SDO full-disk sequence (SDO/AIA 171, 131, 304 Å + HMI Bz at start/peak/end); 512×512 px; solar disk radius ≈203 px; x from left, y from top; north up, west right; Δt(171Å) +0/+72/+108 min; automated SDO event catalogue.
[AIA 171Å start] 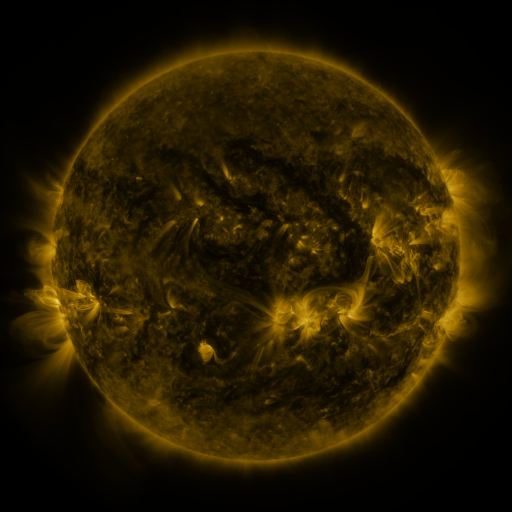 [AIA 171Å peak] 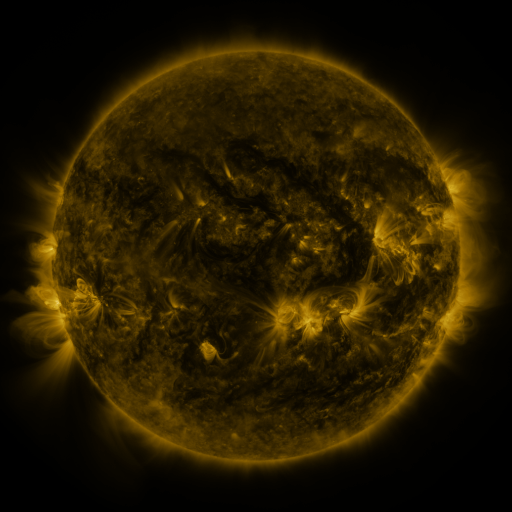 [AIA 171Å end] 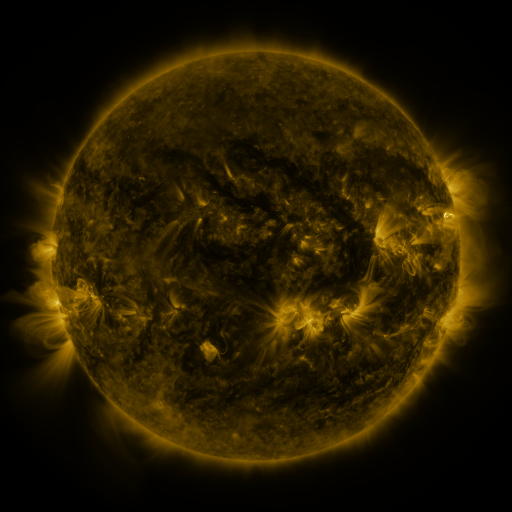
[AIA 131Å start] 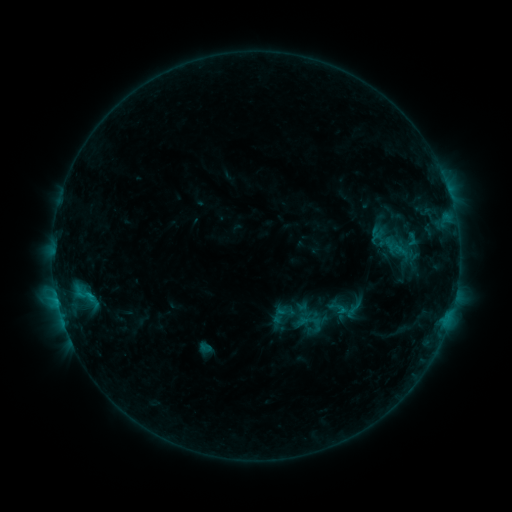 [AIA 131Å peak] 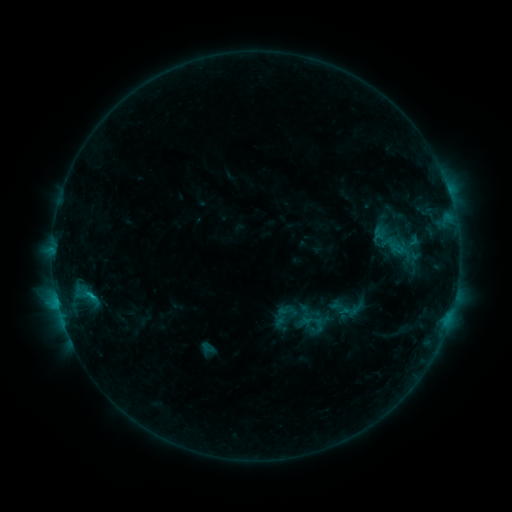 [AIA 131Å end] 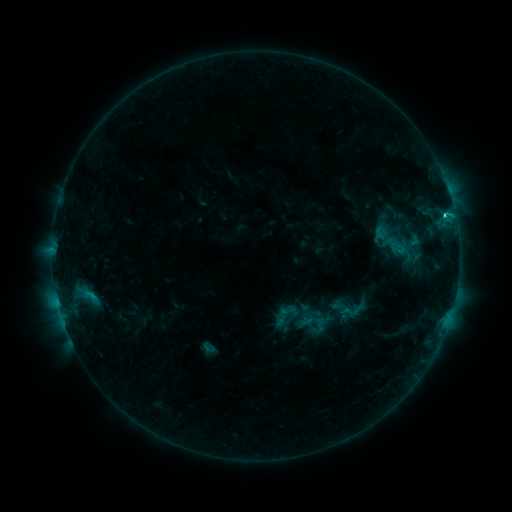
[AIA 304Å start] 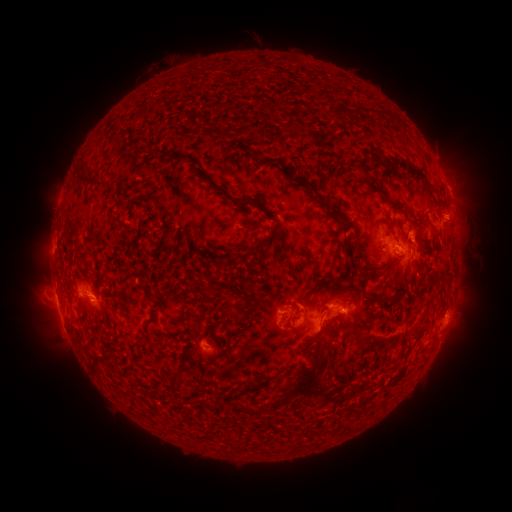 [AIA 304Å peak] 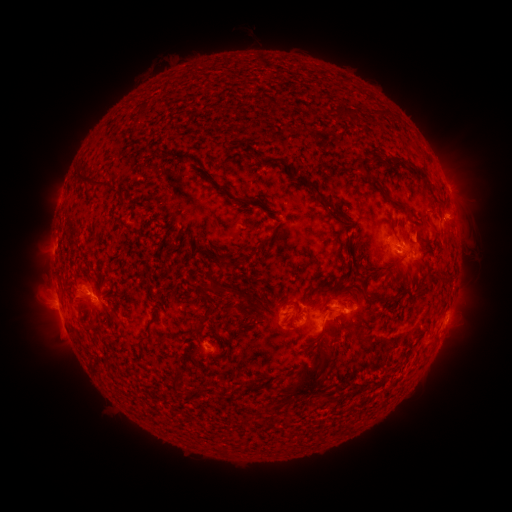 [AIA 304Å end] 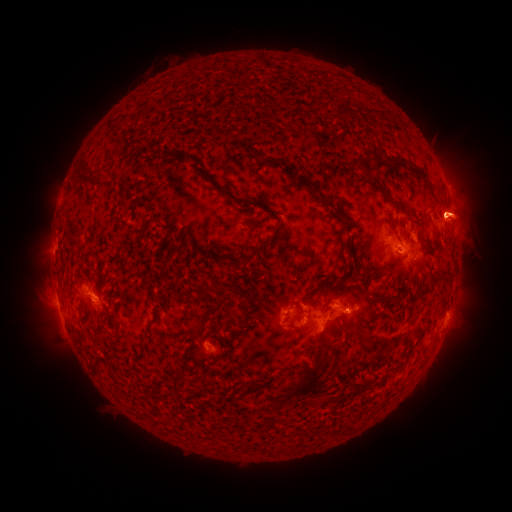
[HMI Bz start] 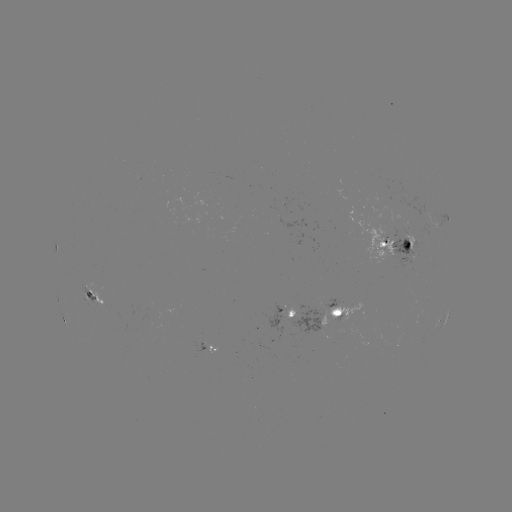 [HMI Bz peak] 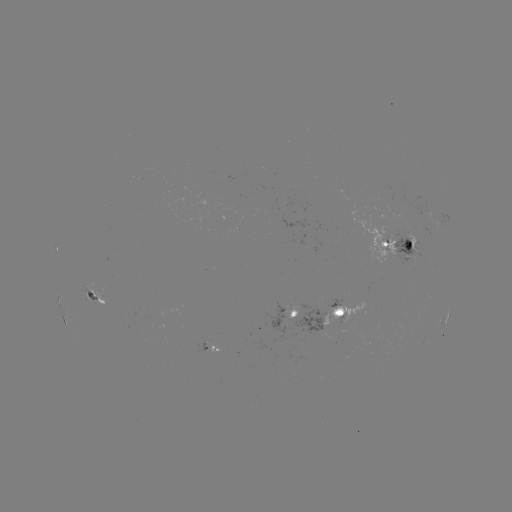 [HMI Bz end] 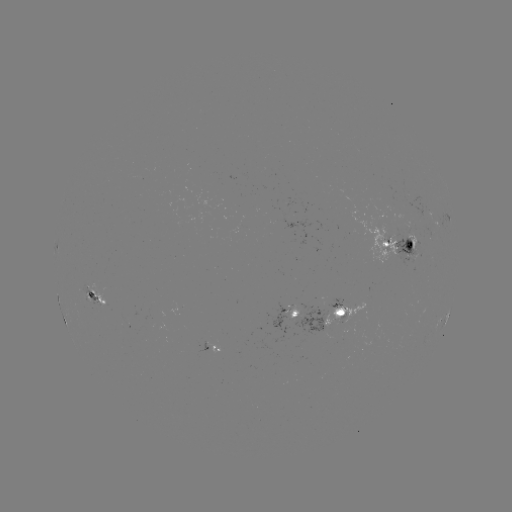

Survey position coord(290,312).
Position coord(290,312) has emerging-flux region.